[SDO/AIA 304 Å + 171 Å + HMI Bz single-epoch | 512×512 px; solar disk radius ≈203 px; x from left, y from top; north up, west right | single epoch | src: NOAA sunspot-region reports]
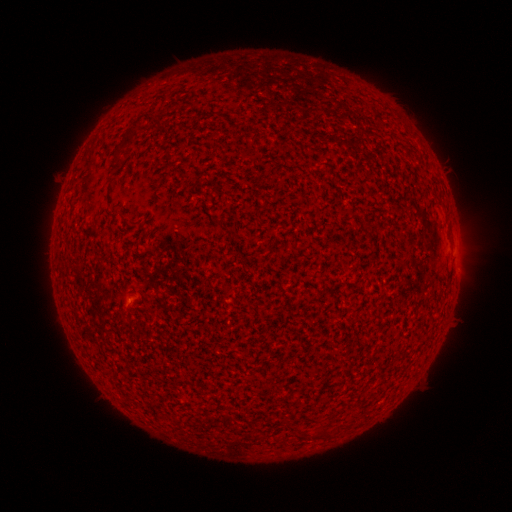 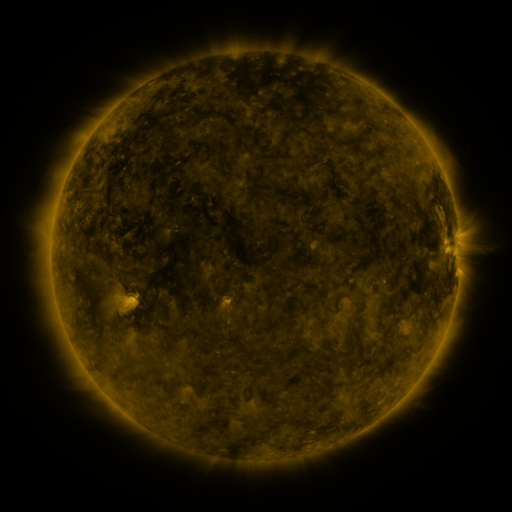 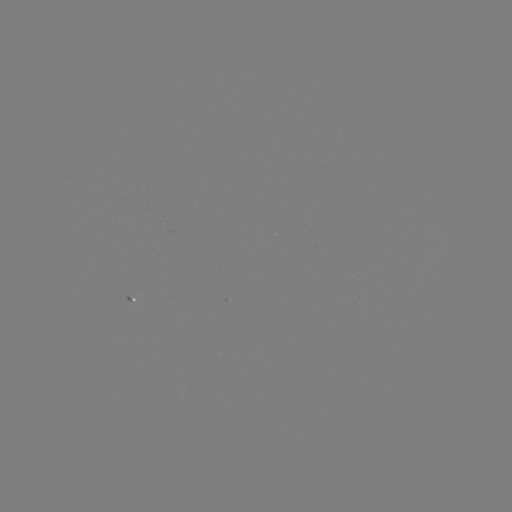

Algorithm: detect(spotted active region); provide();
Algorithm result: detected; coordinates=137,299